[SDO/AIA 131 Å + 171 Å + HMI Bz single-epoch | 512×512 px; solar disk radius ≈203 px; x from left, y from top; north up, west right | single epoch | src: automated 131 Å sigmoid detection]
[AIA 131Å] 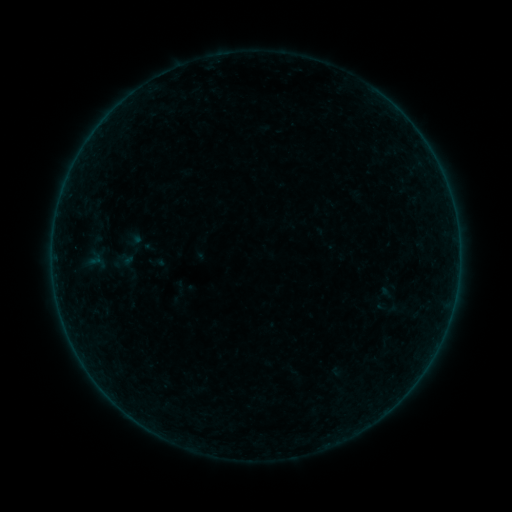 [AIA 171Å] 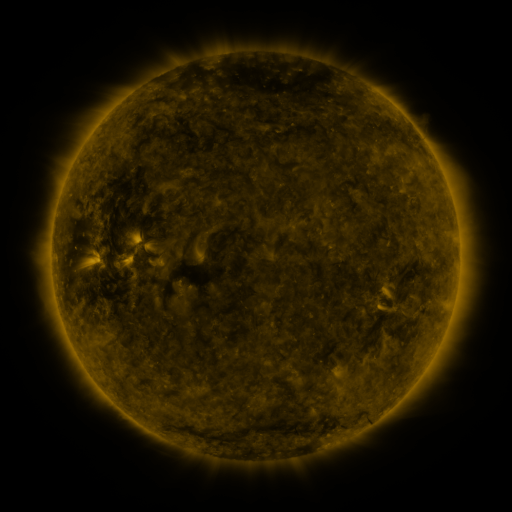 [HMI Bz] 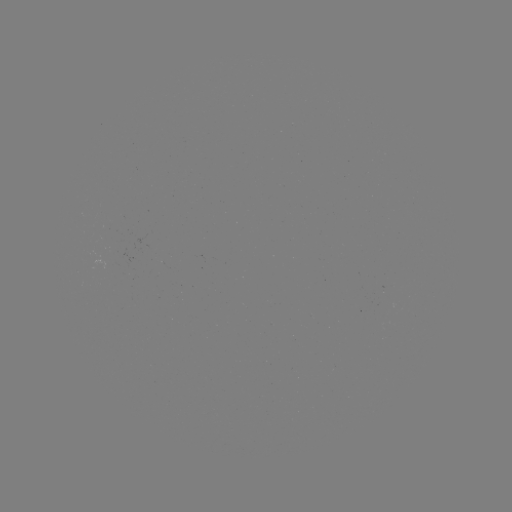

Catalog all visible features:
sigmoid: (388, 308)
